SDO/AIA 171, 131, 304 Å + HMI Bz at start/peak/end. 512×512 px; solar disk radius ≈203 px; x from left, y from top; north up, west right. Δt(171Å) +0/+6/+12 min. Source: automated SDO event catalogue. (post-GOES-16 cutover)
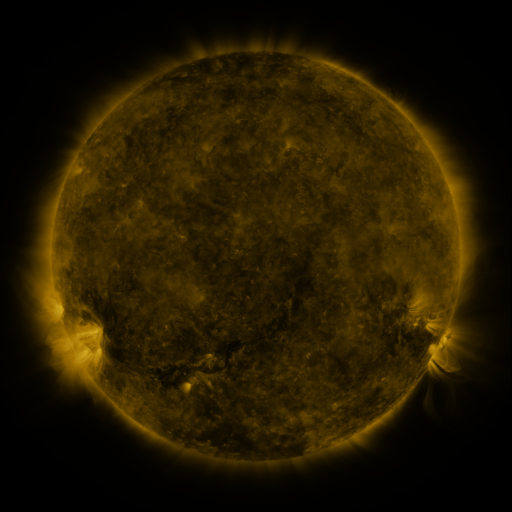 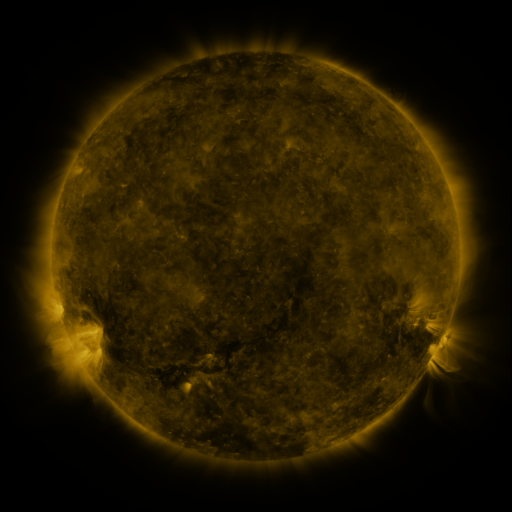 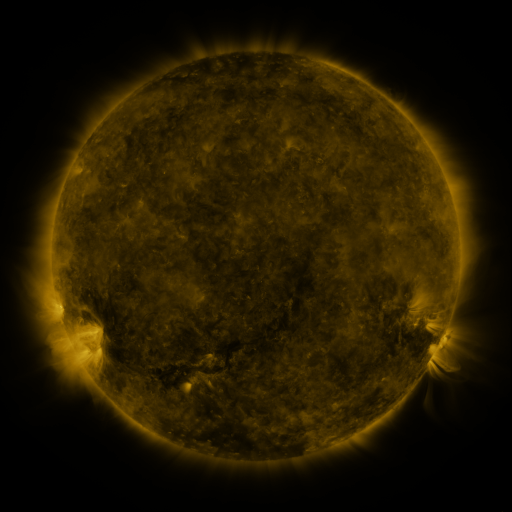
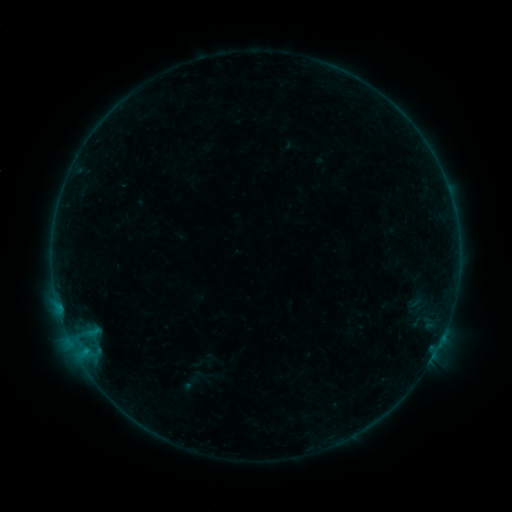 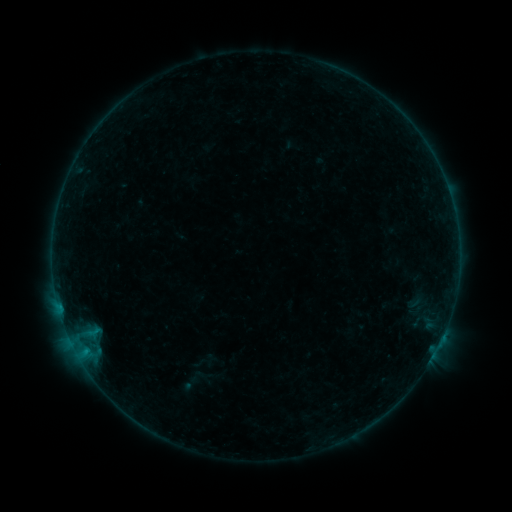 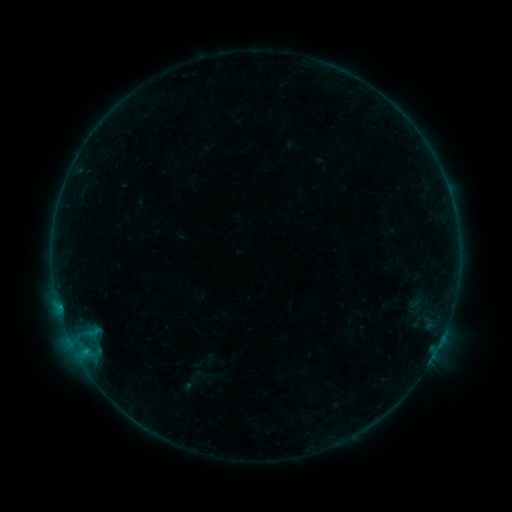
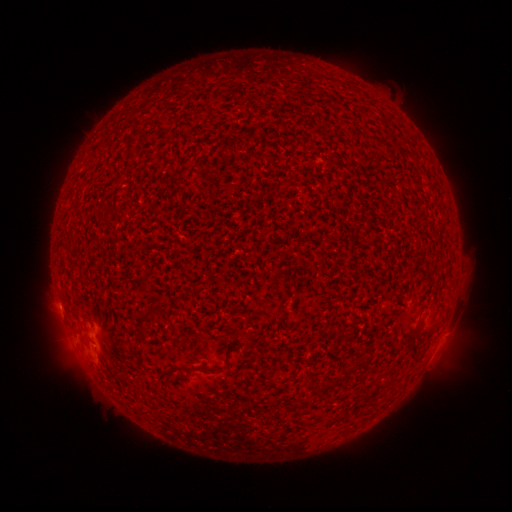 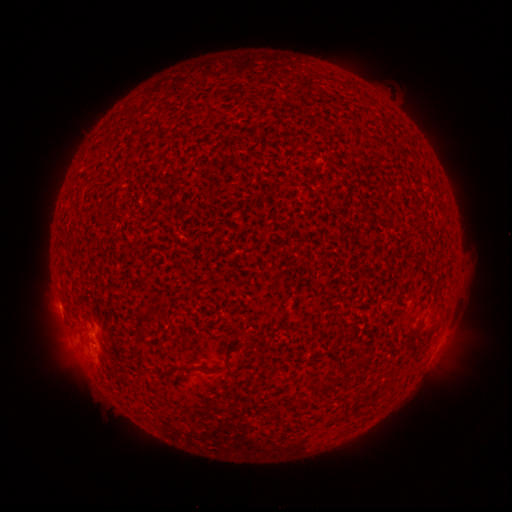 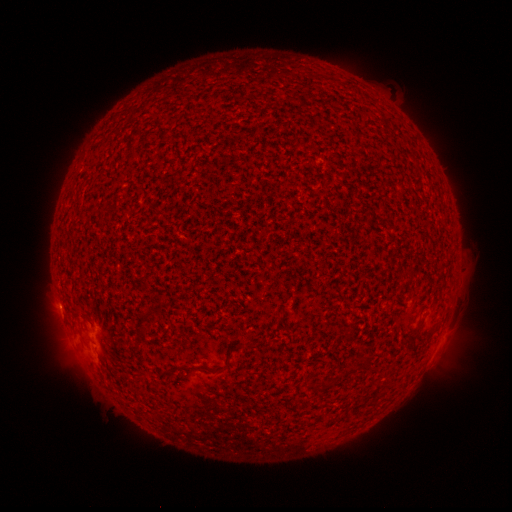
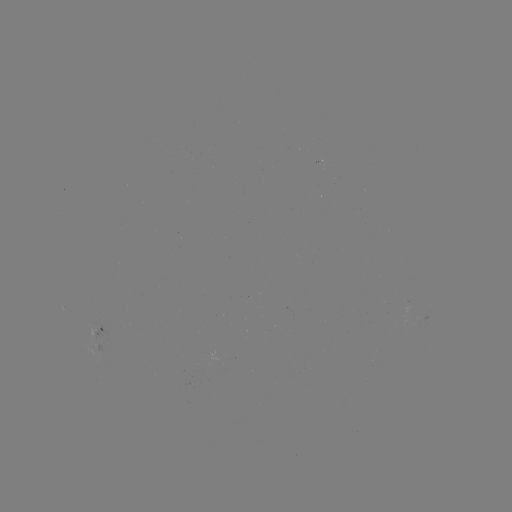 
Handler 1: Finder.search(B3.1 flare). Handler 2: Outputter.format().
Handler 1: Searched B3.1 flare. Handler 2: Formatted [60, 304].